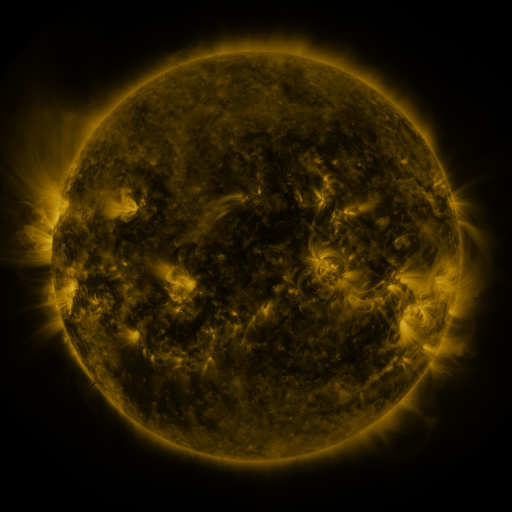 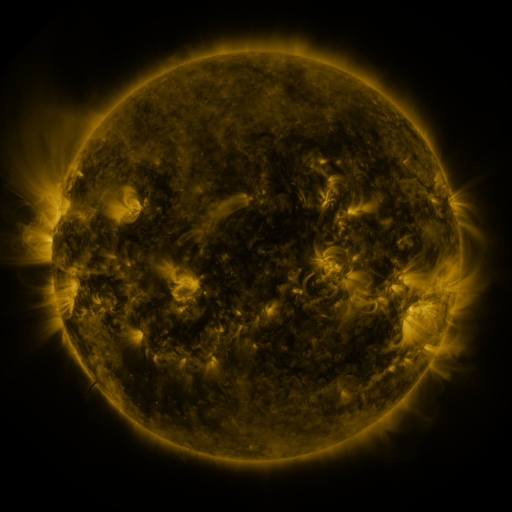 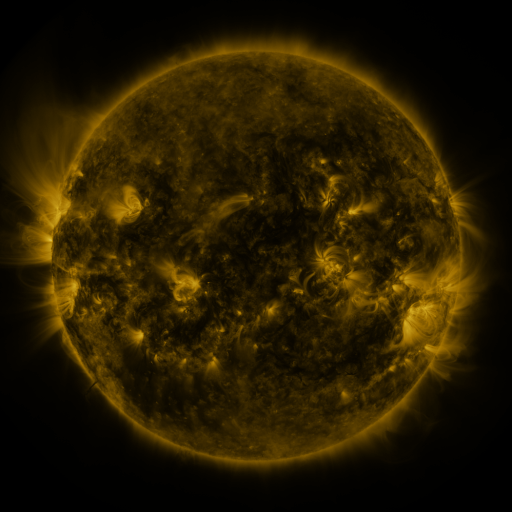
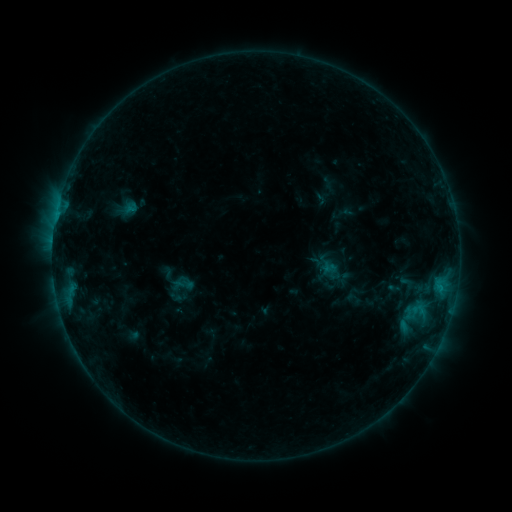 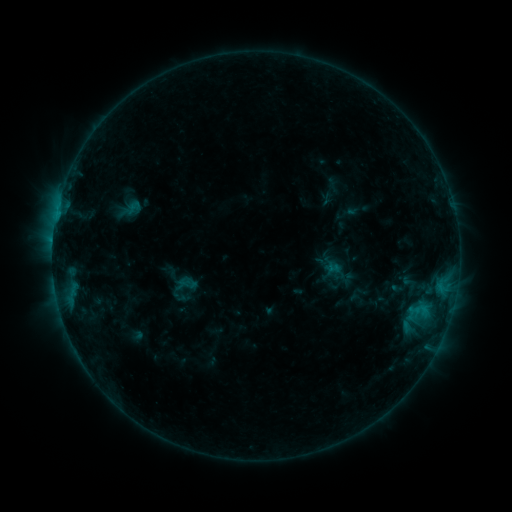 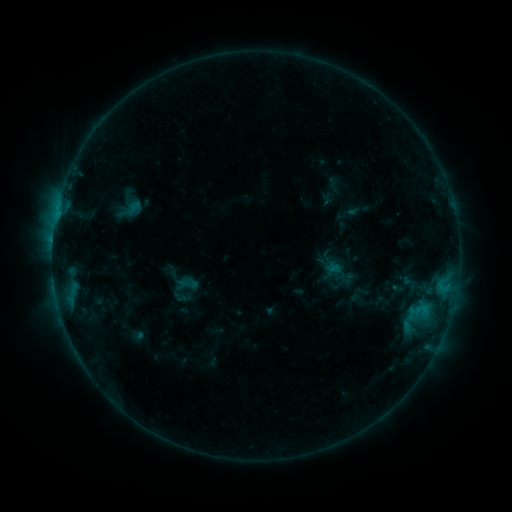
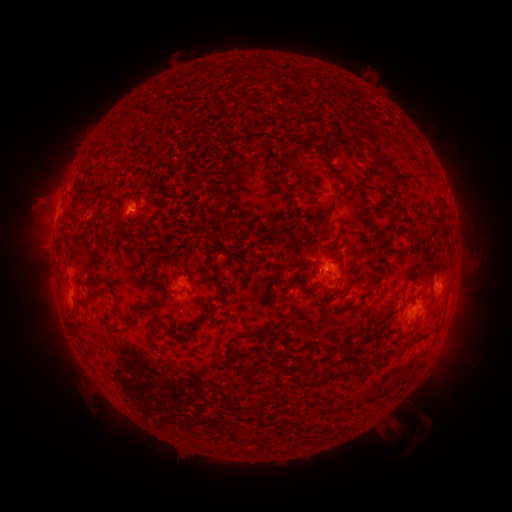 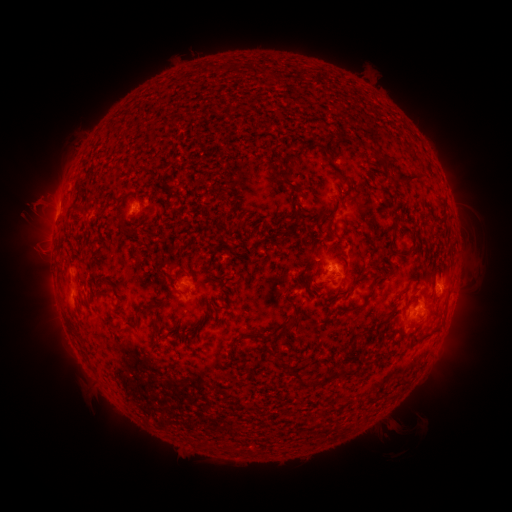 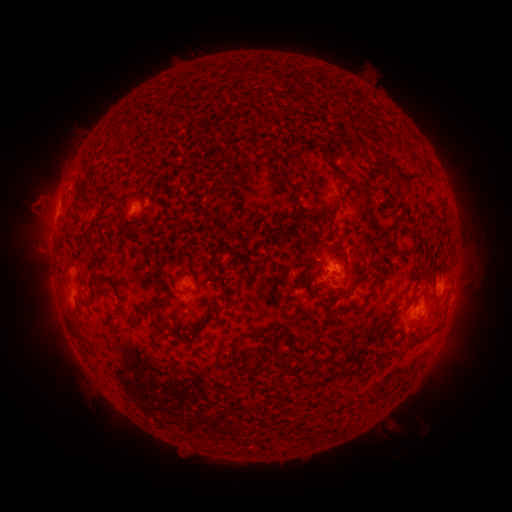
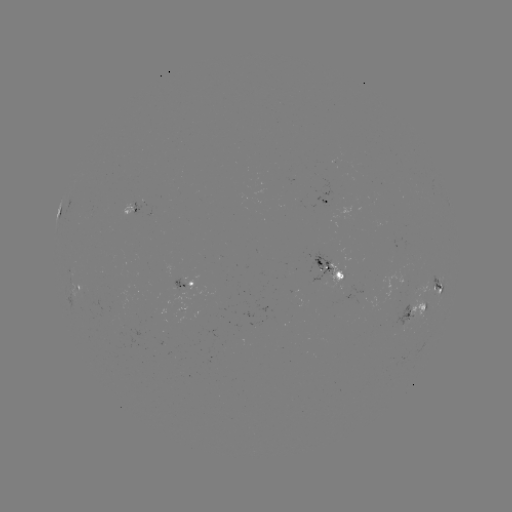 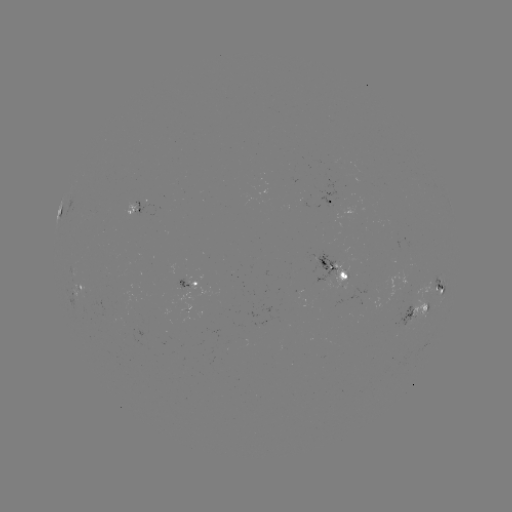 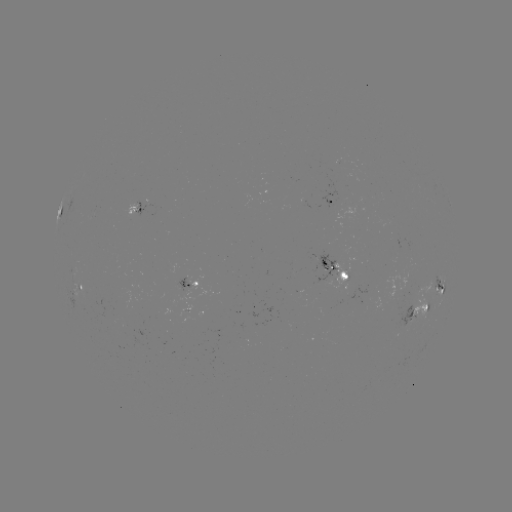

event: emerging-flux region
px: (342, 273)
